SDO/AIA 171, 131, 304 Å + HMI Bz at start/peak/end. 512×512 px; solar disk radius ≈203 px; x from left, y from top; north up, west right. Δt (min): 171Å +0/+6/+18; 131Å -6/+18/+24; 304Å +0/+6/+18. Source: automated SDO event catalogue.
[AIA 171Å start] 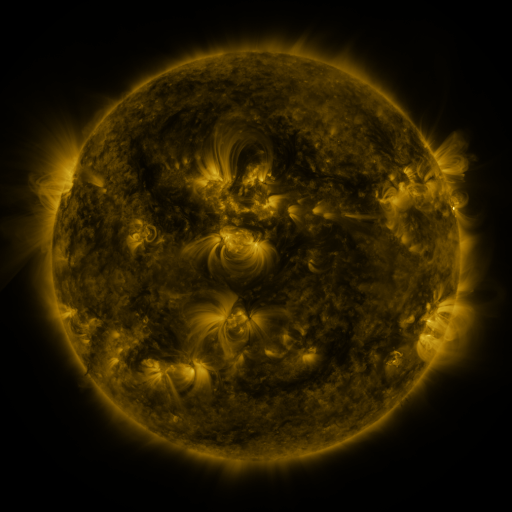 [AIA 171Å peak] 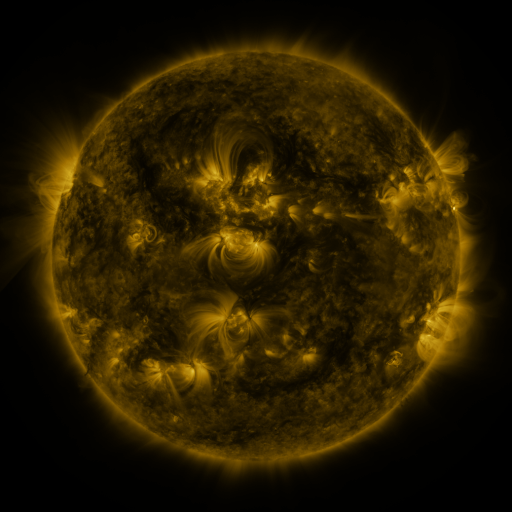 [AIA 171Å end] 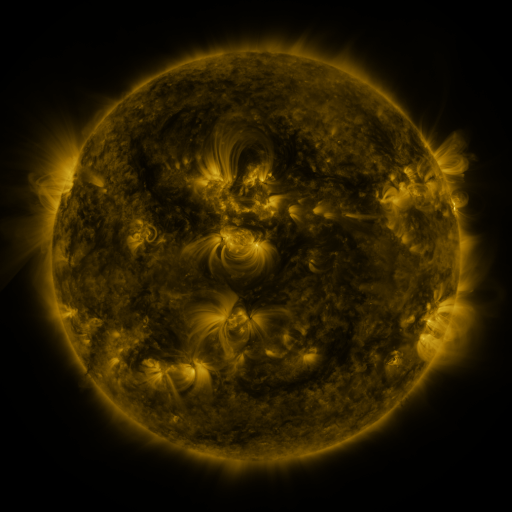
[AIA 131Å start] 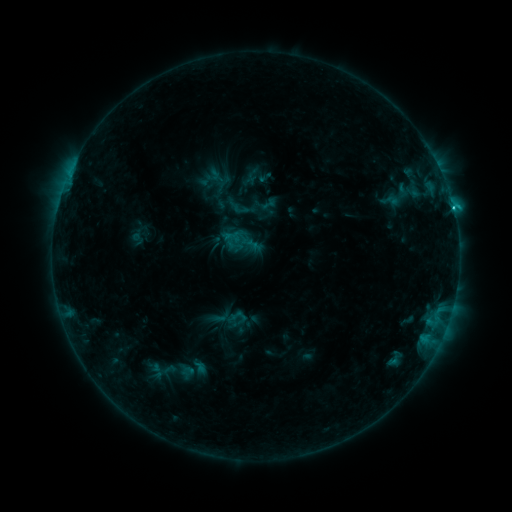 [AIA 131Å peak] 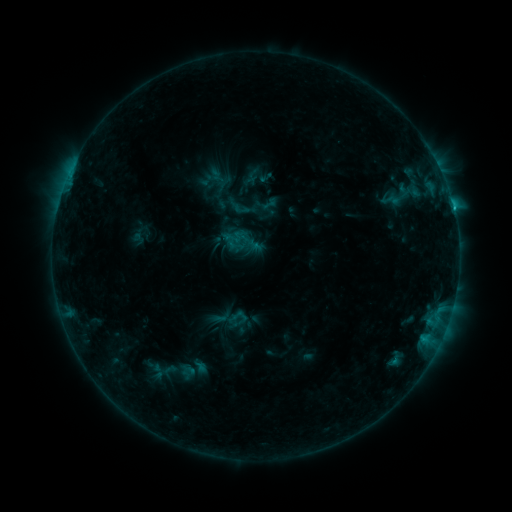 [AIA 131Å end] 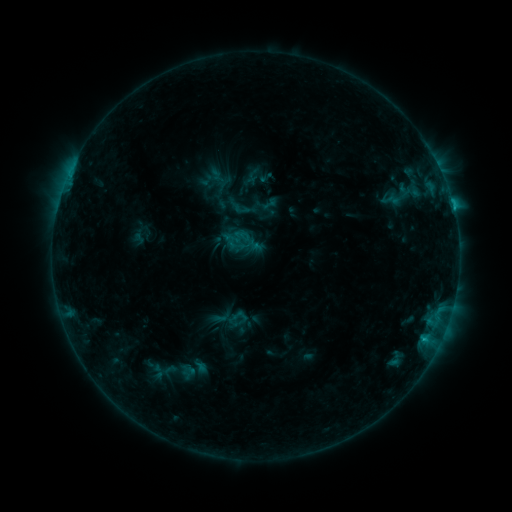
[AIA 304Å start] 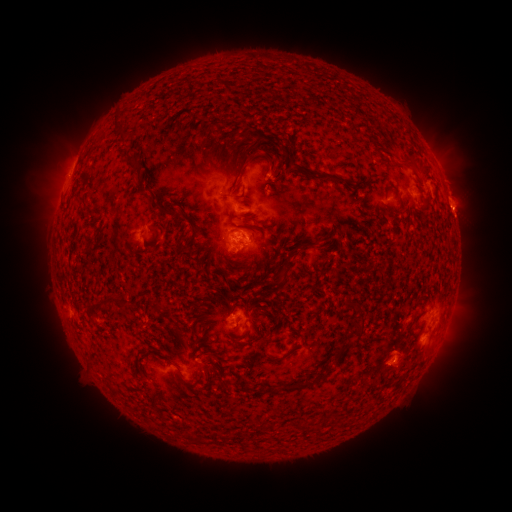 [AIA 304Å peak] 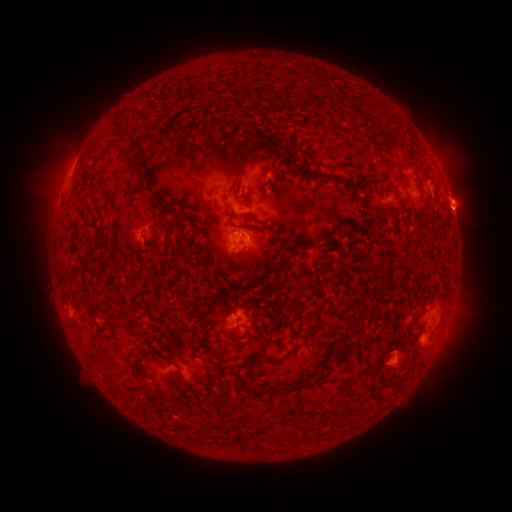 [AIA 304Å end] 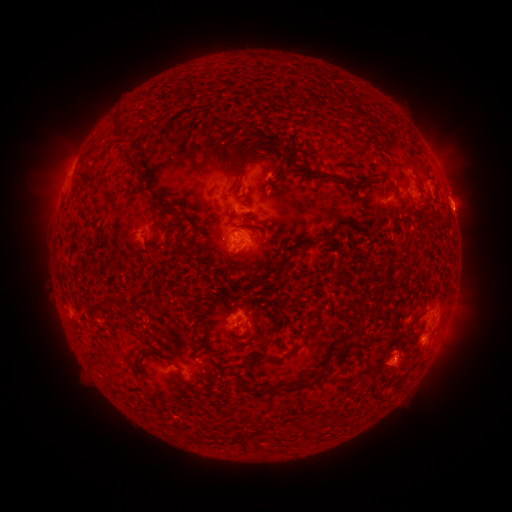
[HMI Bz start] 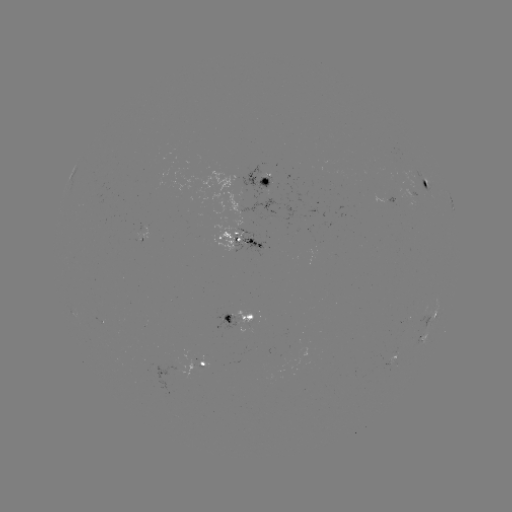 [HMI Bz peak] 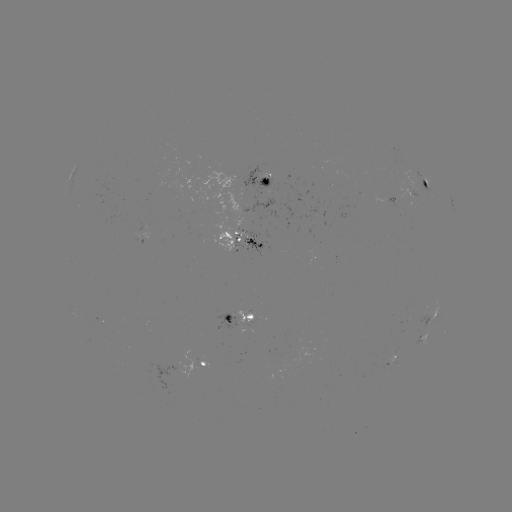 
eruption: (436, 142, 489, 221)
